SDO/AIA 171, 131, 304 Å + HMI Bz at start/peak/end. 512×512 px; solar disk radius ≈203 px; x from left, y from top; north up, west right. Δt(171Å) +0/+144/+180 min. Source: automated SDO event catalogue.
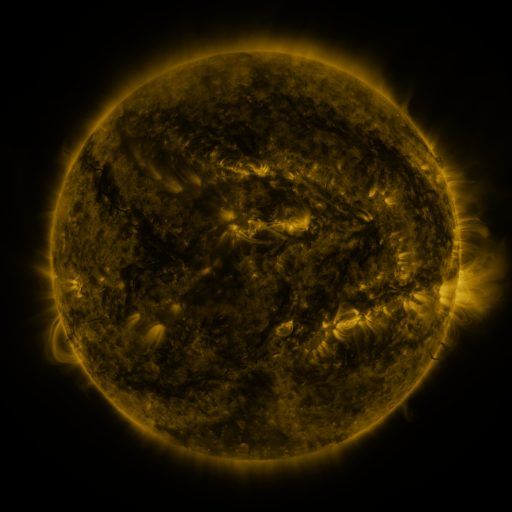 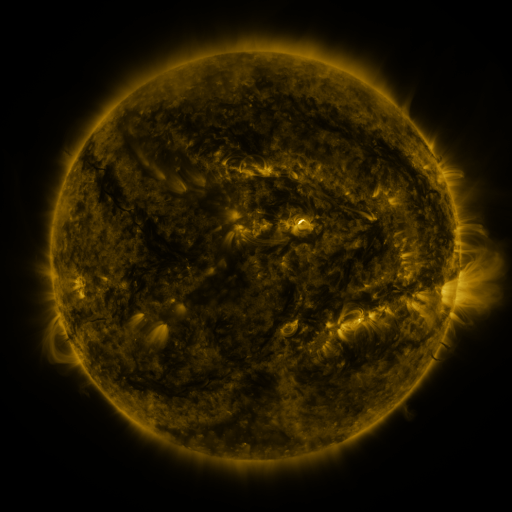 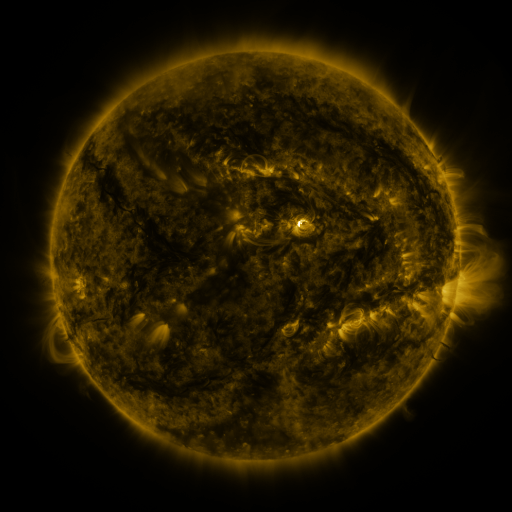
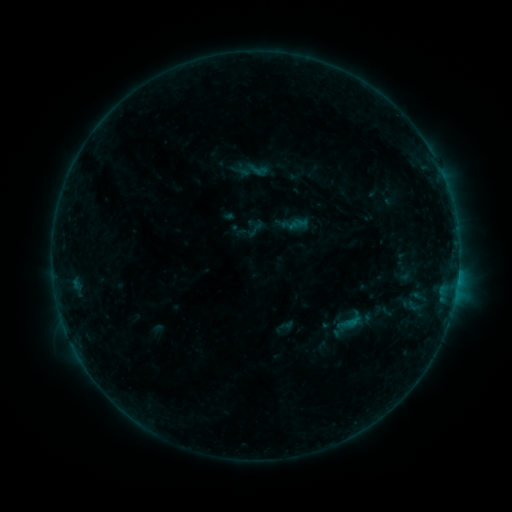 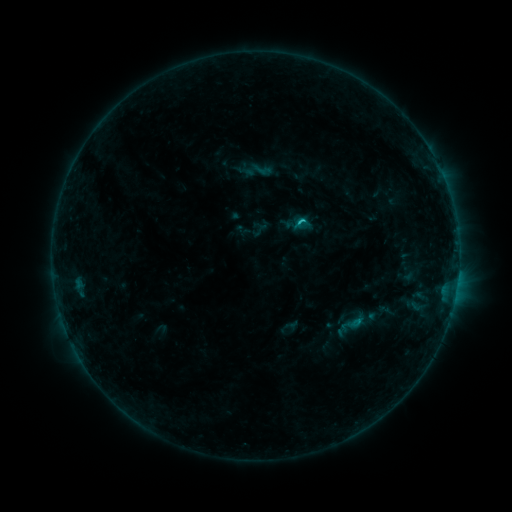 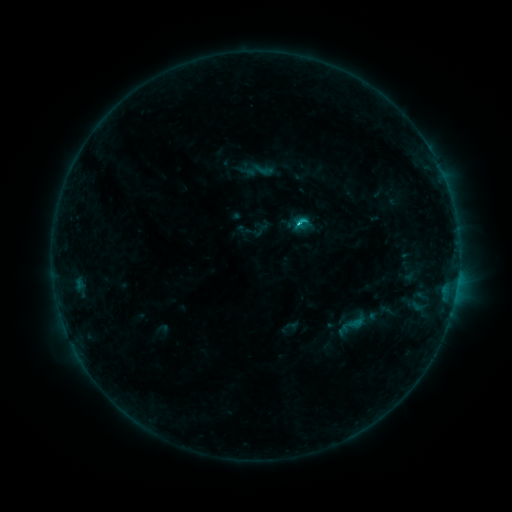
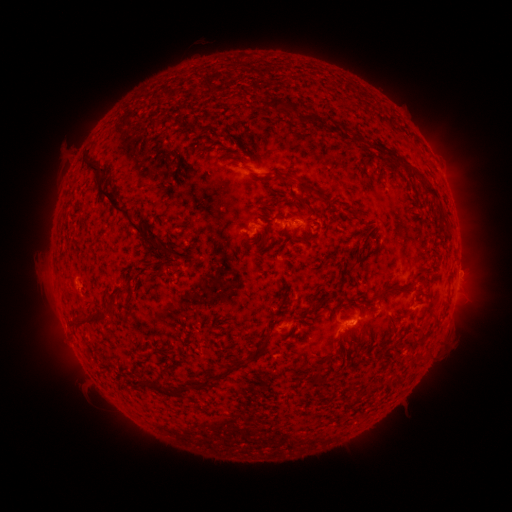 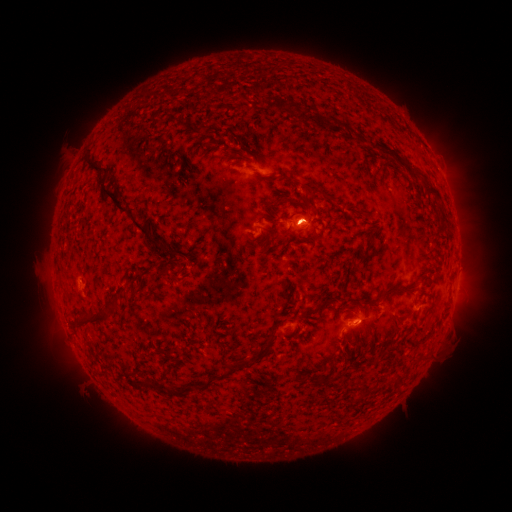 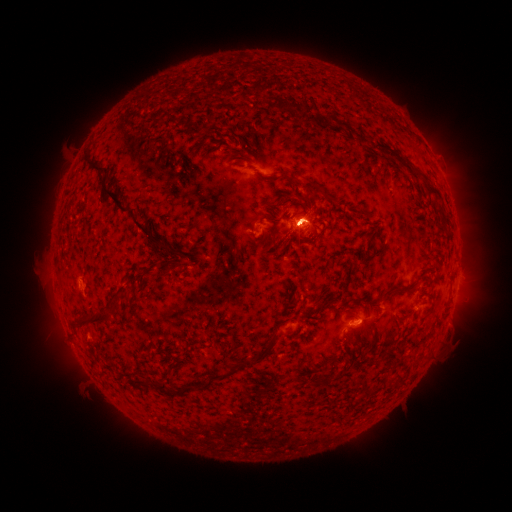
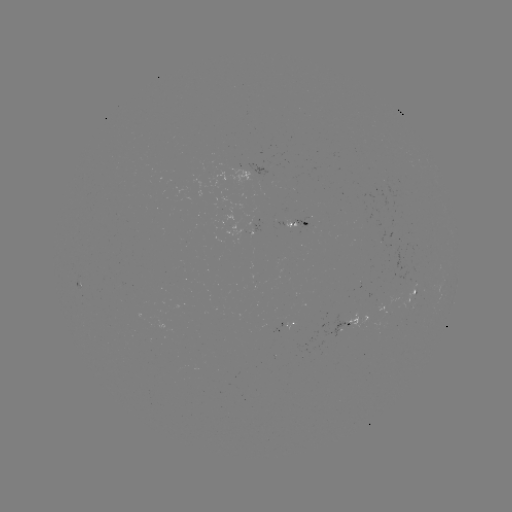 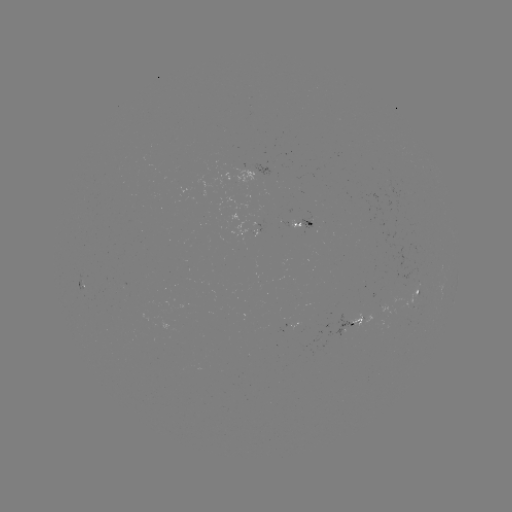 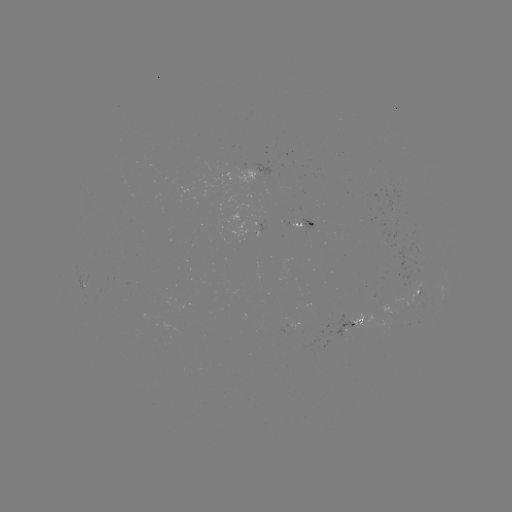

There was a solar emerging-flux region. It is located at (314, 225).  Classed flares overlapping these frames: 3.